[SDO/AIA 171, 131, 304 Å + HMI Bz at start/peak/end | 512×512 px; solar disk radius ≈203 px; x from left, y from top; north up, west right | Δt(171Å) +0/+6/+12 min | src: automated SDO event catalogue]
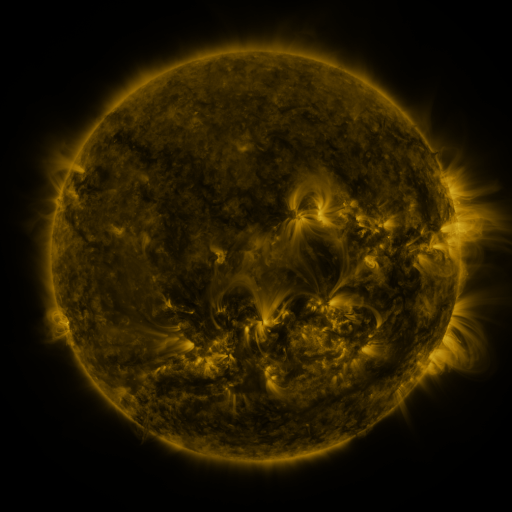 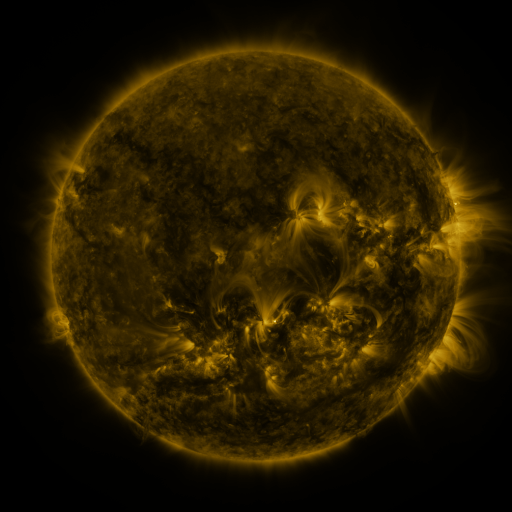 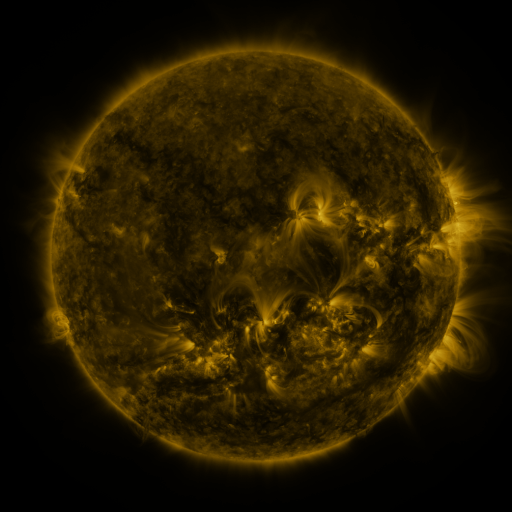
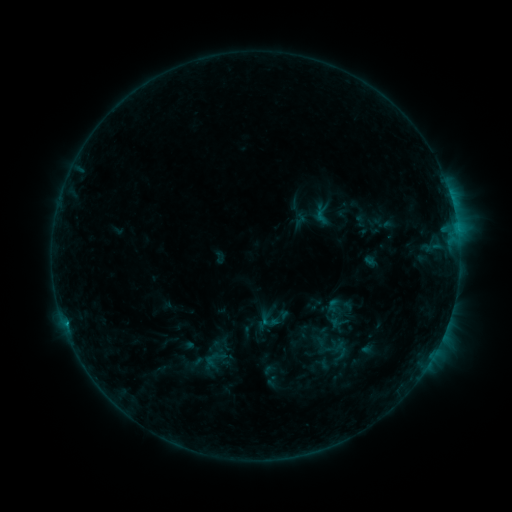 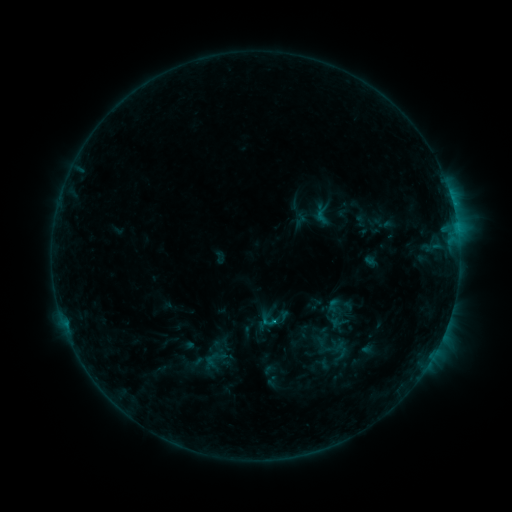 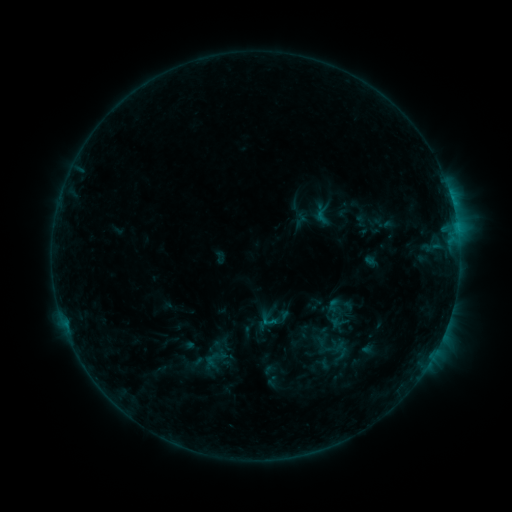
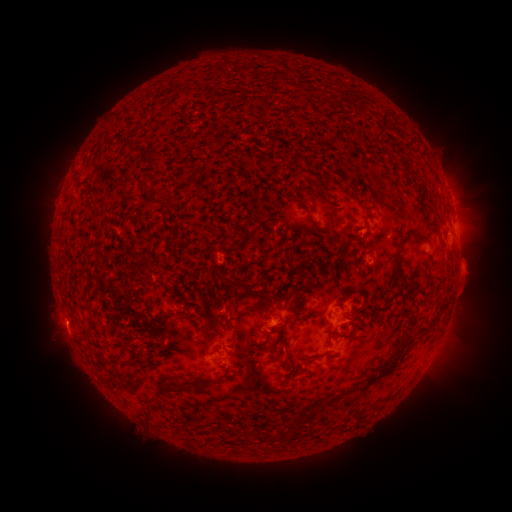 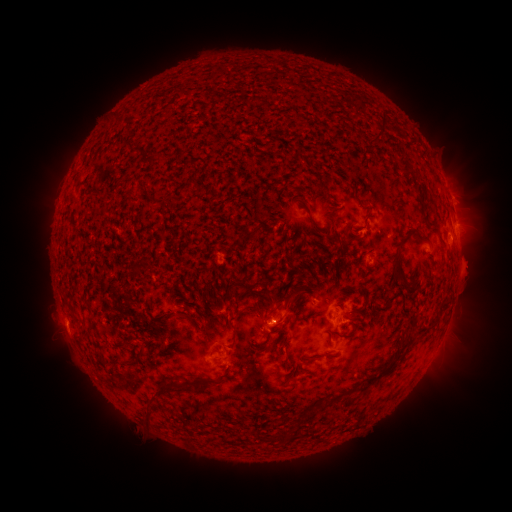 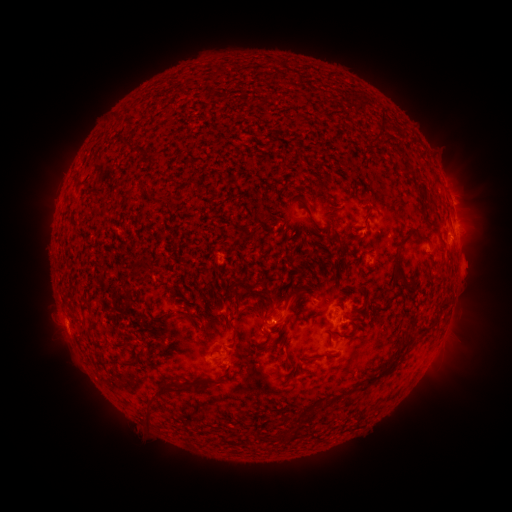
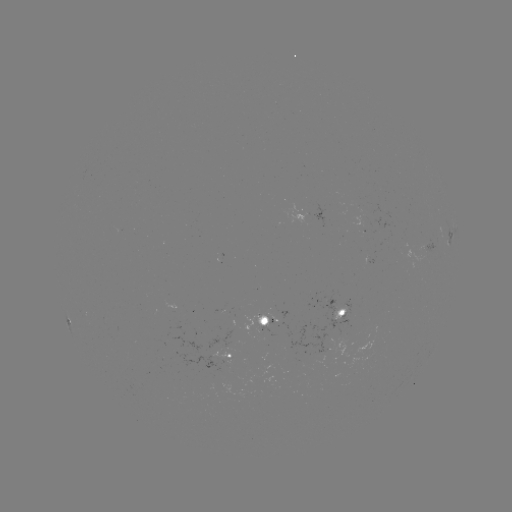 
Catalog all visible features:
C1.1 flare: (273, 321)
